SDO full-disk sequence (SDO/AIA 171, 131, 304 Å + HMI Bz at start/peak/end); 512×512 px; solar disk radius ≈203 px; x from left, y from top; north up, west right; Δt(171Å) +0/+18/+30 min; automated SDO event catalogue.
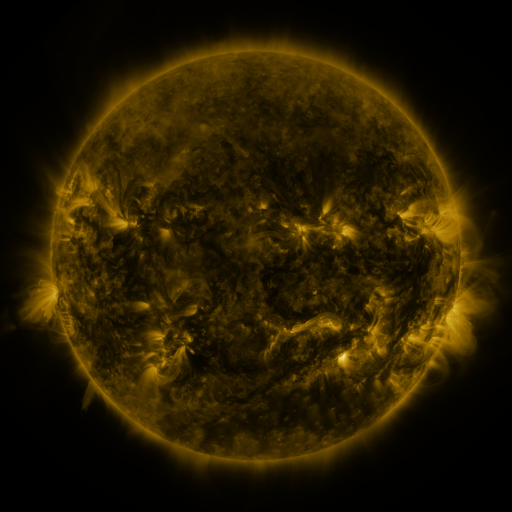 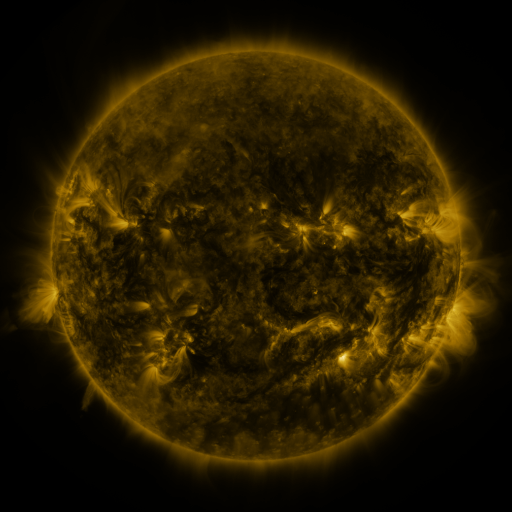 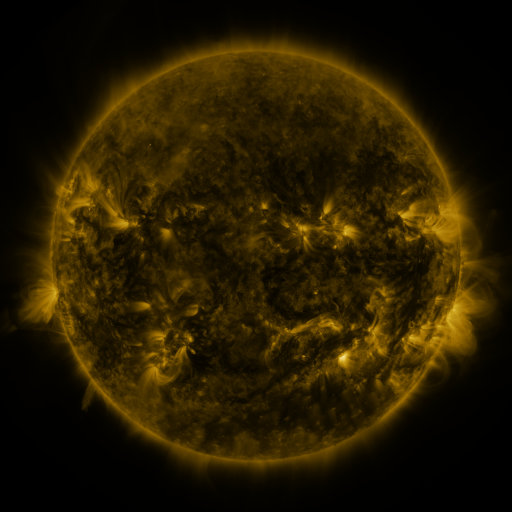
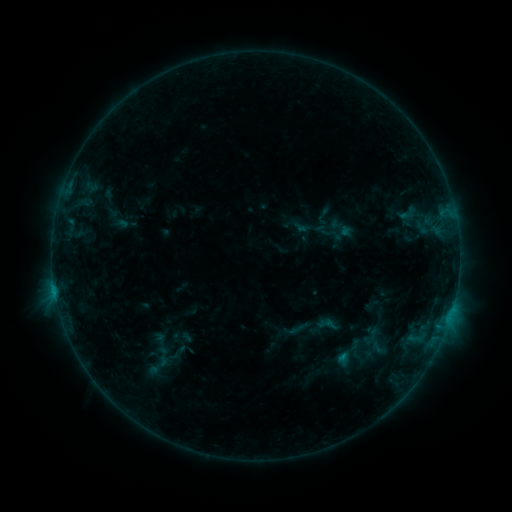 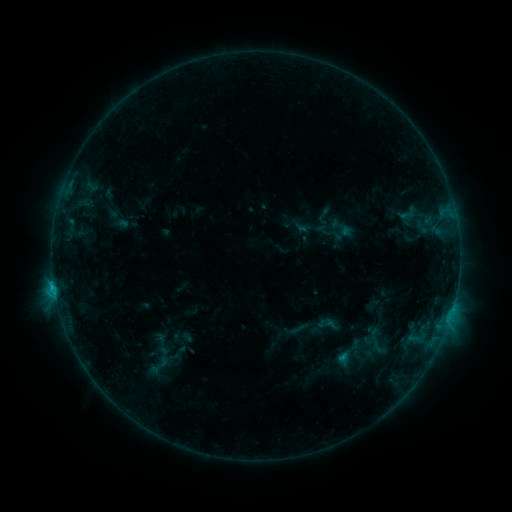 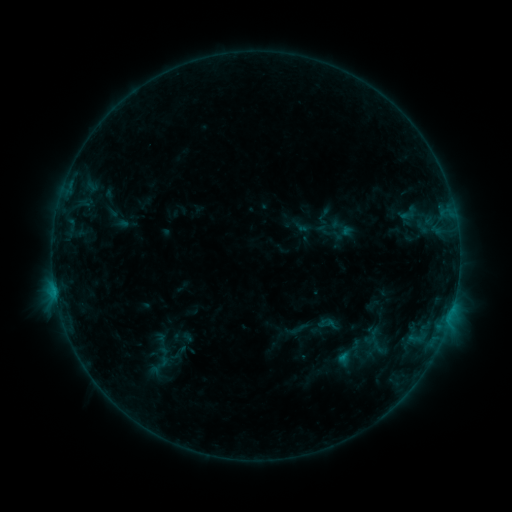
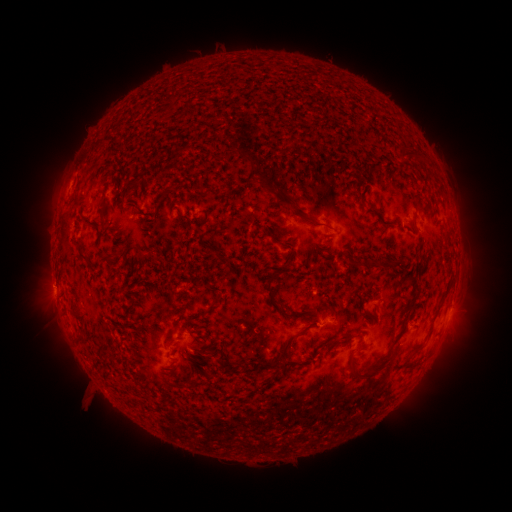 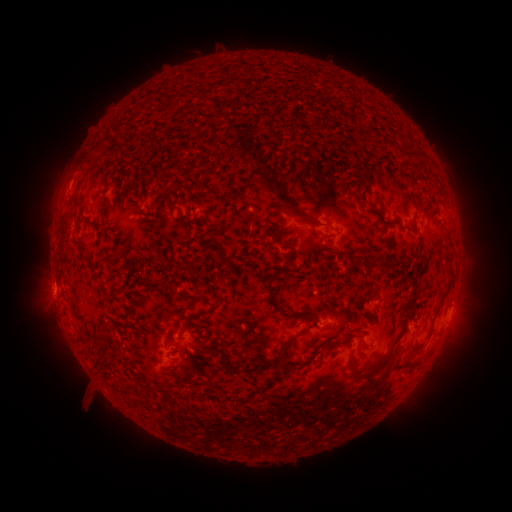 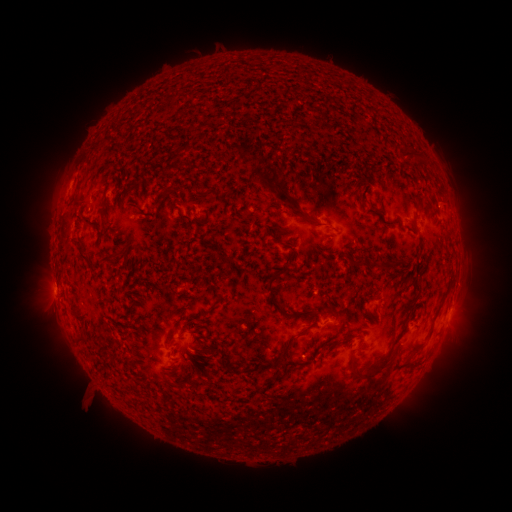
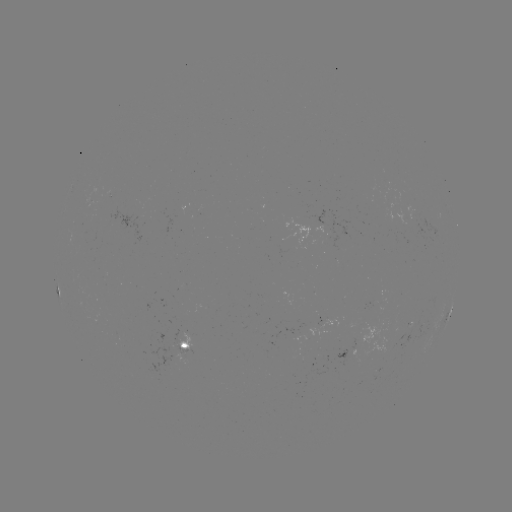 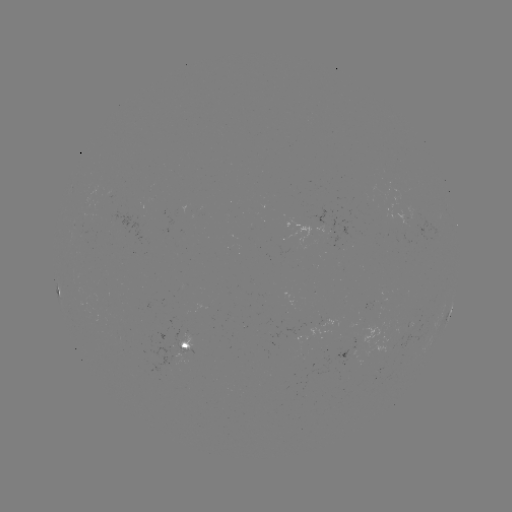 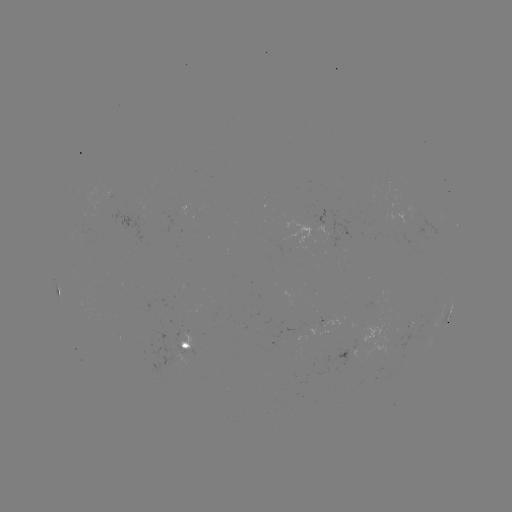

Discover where B9.5 flare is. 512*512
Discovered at (54, 284).